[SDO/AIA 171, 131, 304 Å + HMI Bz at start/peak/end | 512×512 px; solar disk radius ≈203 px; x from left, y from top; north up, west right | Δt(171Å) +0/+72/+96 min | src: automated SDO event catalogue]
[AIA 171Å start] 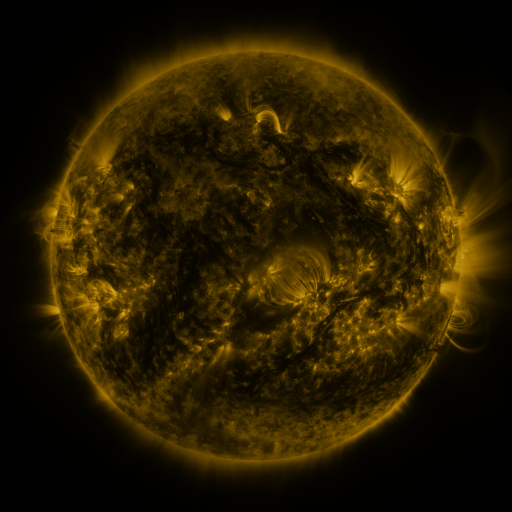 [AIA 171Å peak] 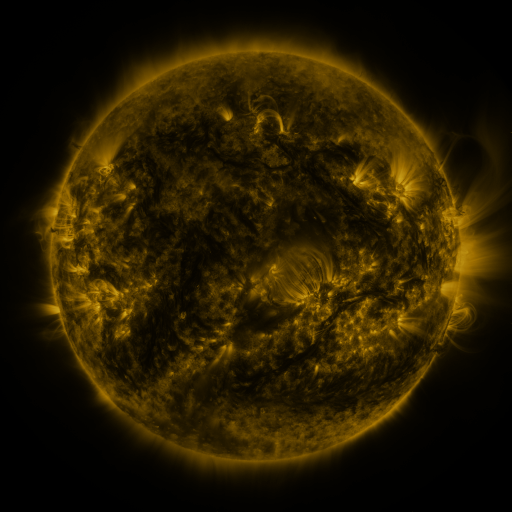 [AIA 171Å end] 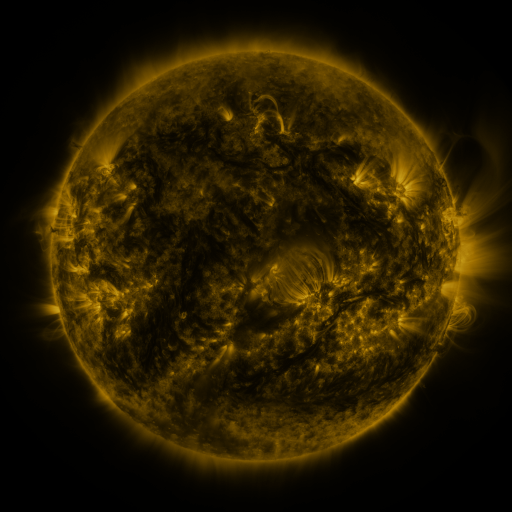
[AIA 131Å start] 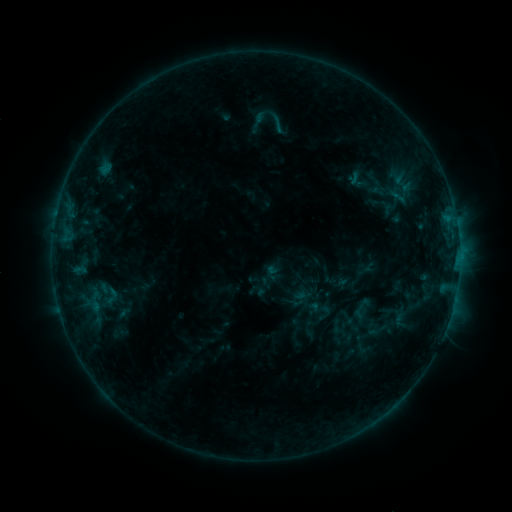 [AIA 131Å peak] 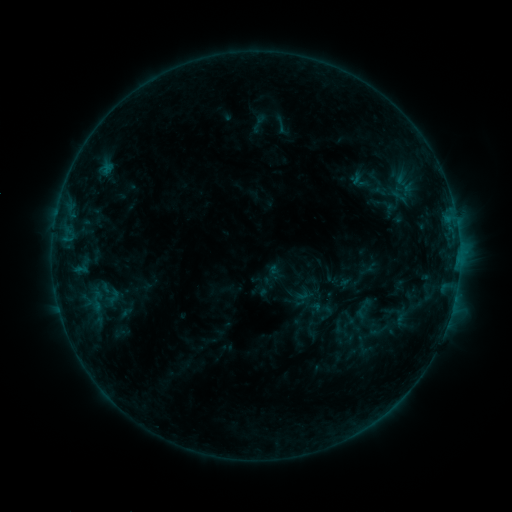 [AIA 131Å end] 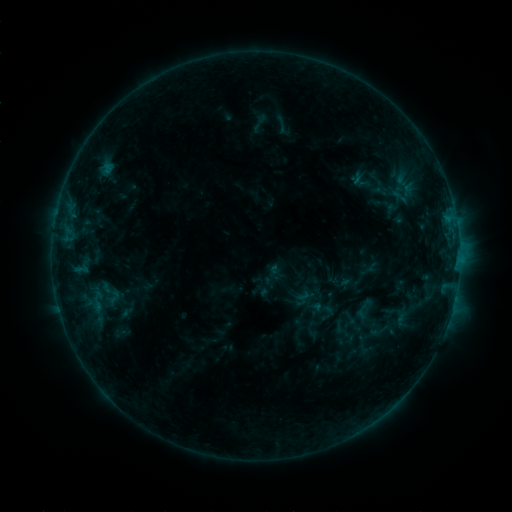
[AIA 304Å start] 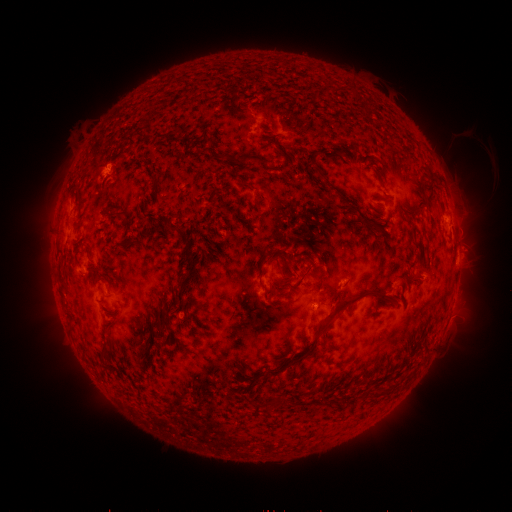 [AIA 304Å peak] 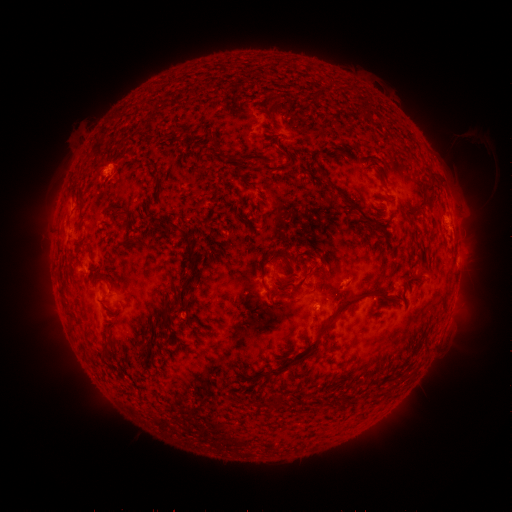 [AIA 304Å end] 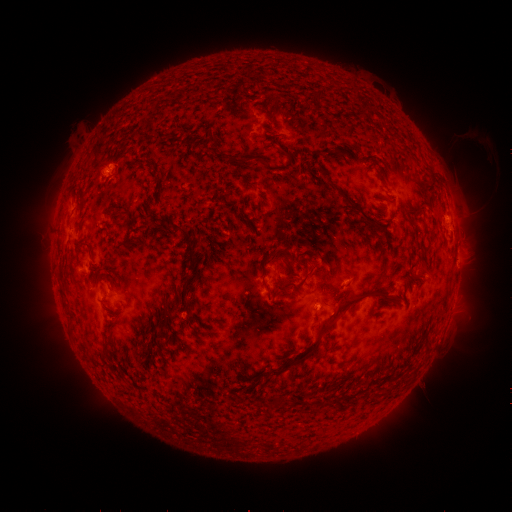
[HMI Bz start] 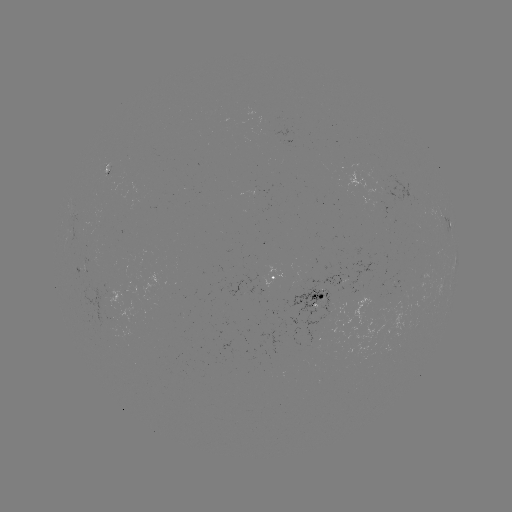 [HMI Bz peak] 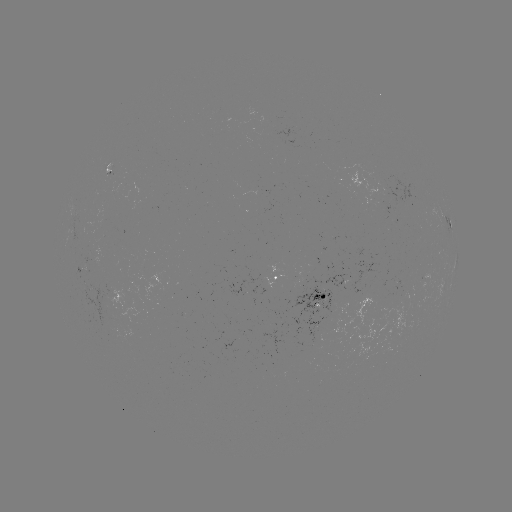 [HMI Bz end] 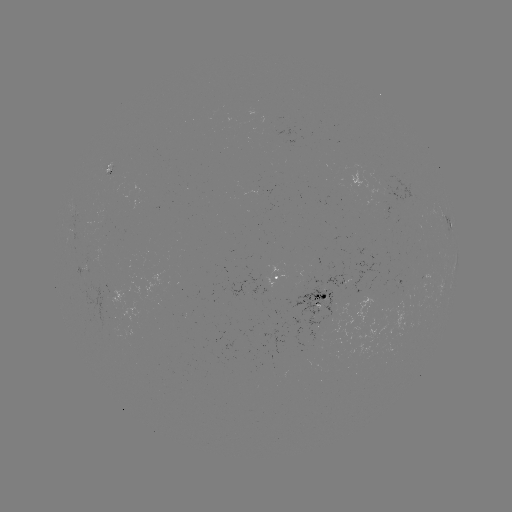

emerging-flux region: <bbox>323, 266, 347, 286</bbox>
